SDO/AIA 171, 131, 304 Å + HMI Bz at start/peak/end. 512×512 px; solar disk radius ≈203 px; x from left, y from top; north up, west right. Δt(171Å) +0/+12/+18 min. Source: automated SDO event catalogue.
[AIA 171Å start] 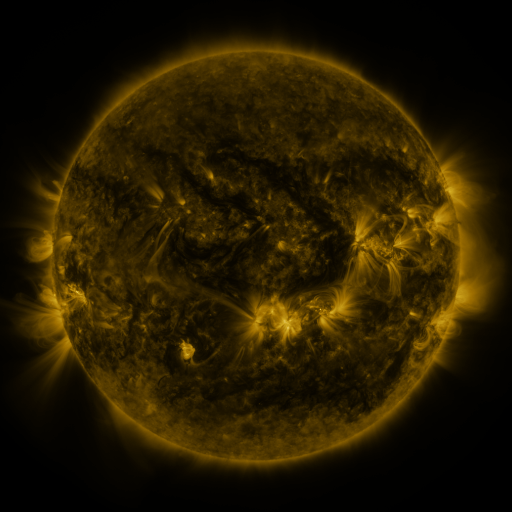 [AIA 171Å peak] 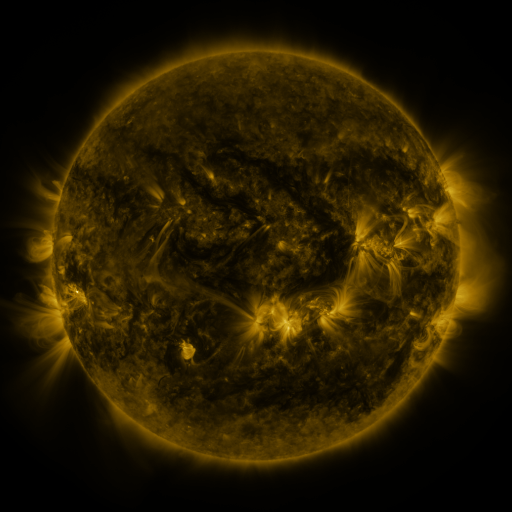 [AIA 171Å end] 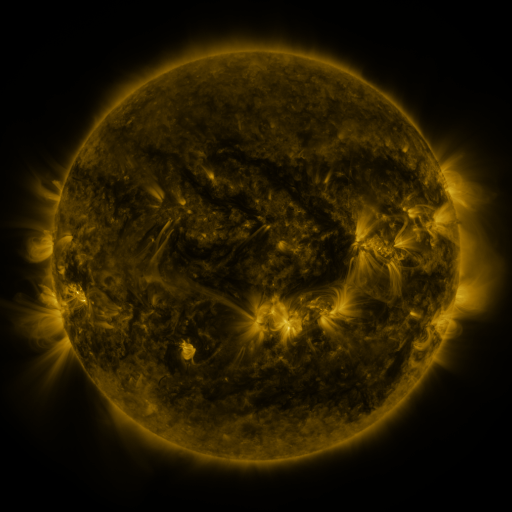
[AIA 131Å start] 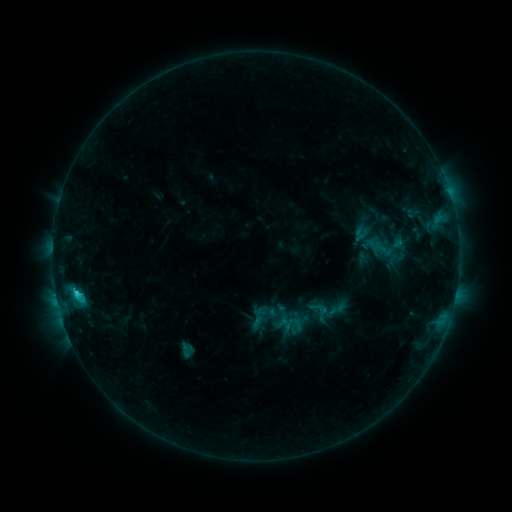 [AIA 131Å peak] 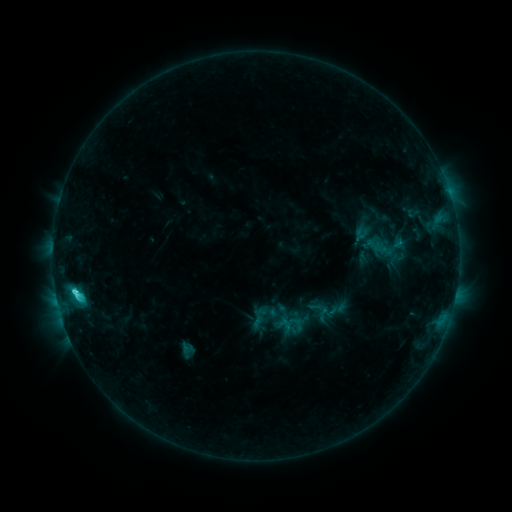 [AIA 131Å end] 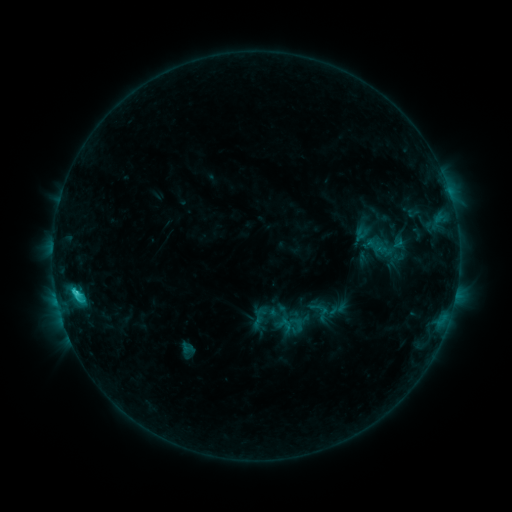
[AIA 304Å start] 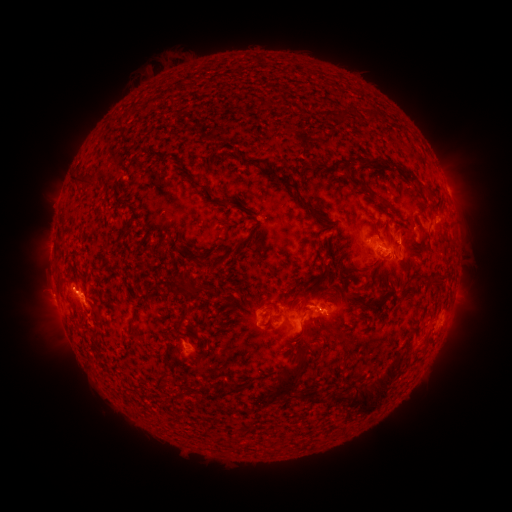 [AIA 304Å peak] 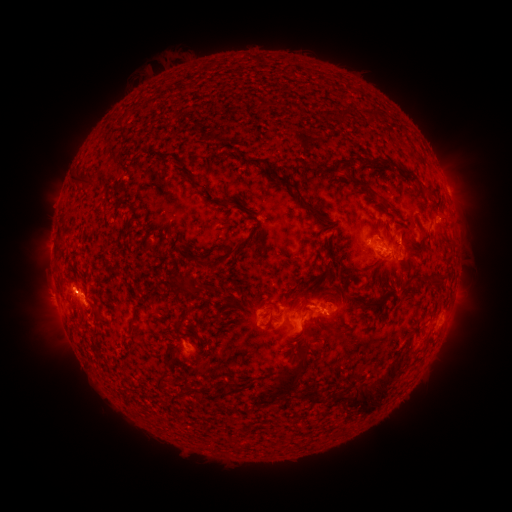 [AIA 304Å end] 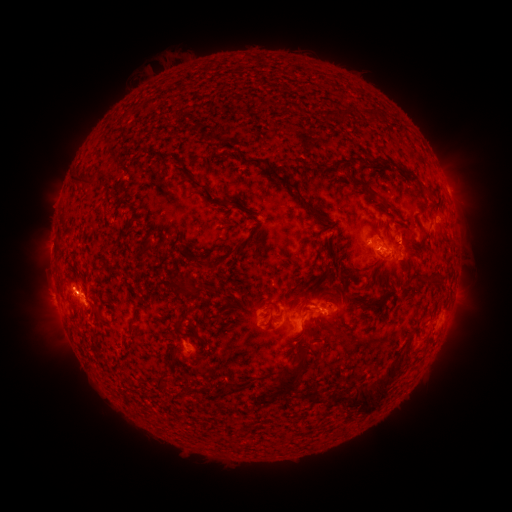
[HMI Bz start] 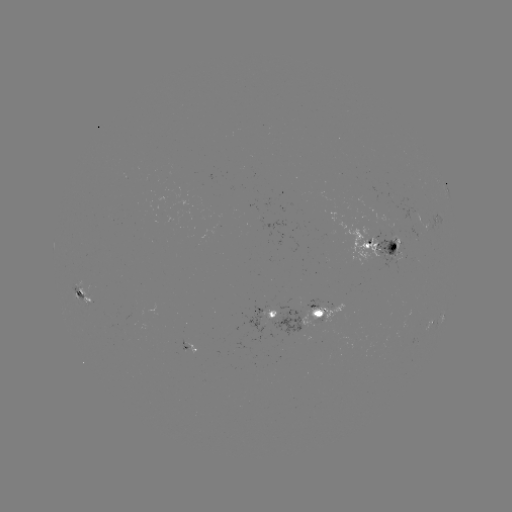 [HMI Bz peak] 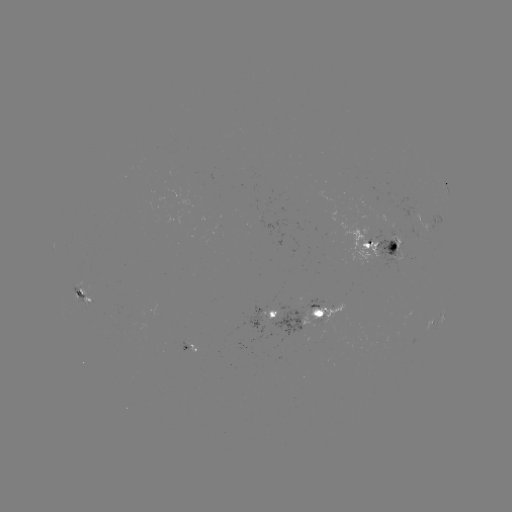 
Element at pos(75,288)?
C4.0 flare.